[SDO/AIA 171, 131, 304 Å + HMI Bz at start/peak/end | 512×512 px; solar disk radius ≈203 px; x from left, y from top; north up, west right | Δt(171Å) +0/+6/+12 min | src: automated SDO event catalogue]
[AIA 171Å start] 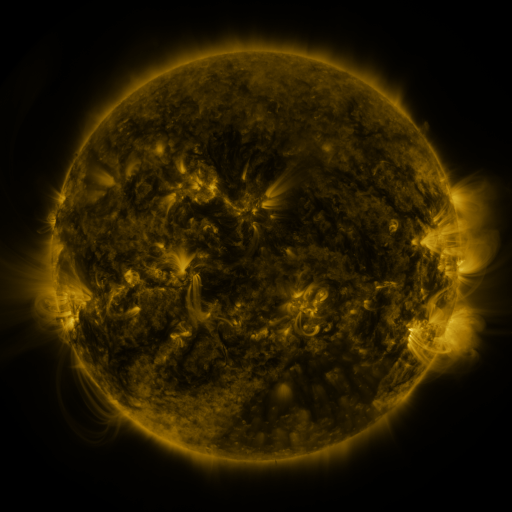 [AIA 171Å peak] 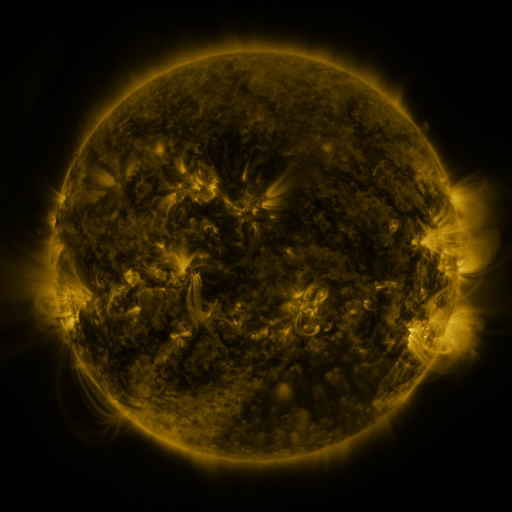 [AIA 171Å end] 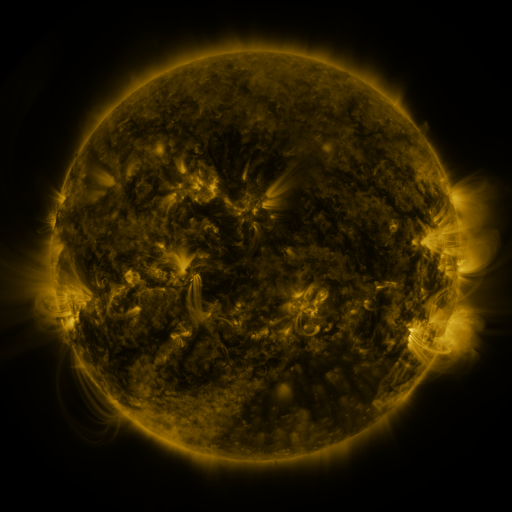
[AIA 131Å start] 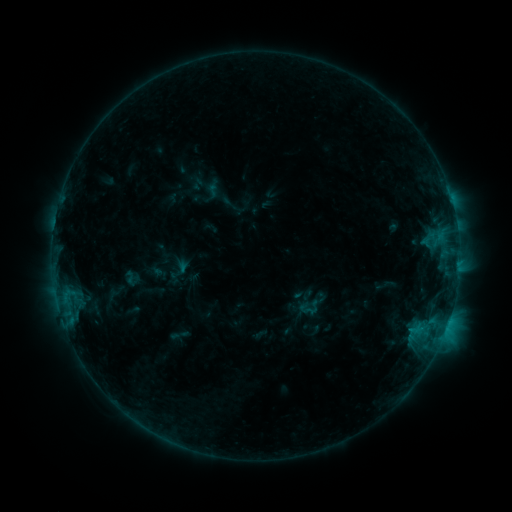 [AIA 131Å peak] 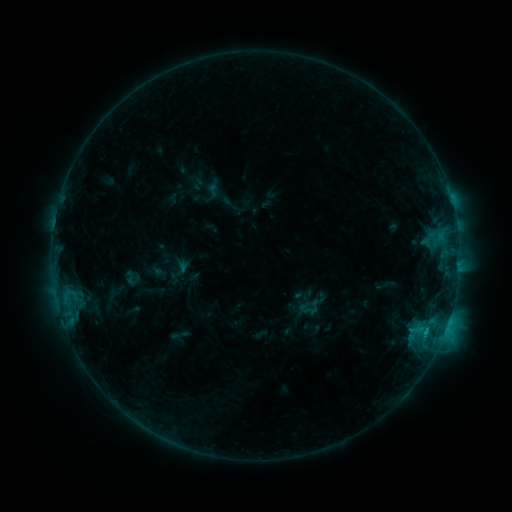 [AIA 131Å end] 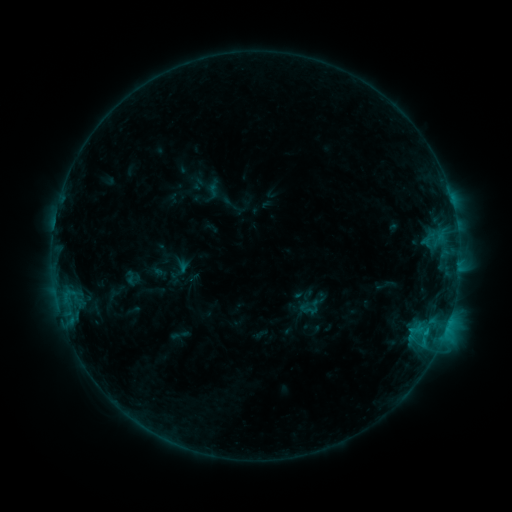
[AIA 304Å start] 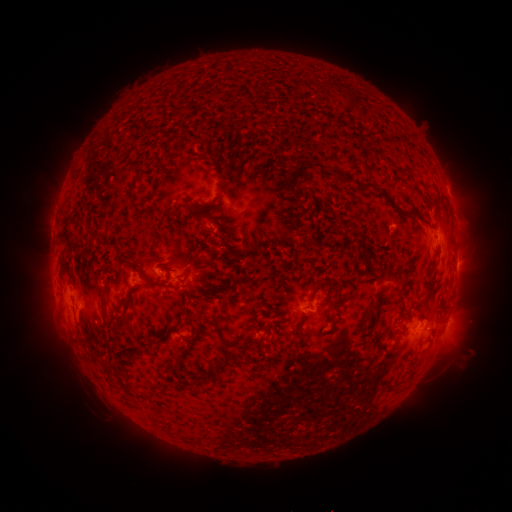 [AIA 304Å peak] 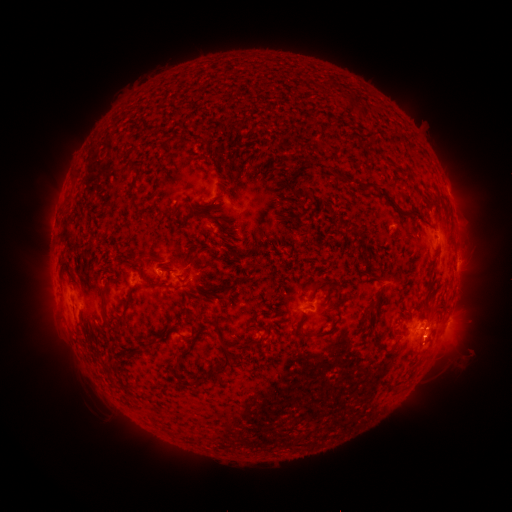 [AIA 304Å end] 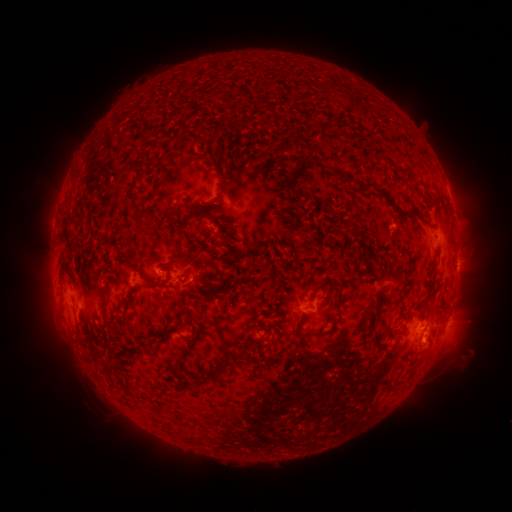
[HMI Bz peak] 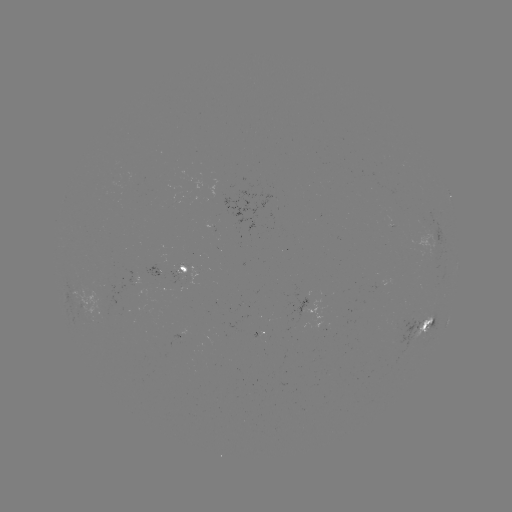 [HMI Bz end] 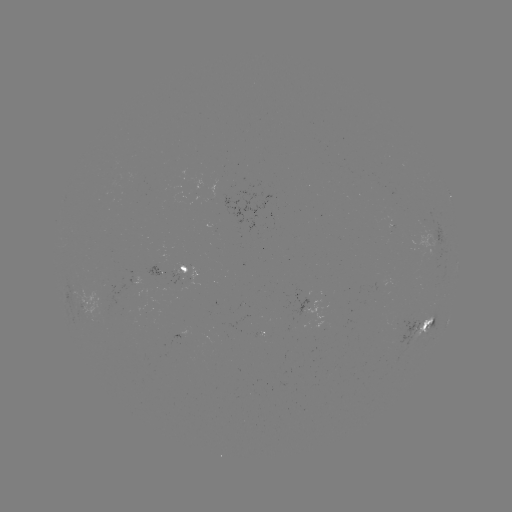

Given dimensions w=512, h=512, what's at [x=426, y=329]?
C1.0 flare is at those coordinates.